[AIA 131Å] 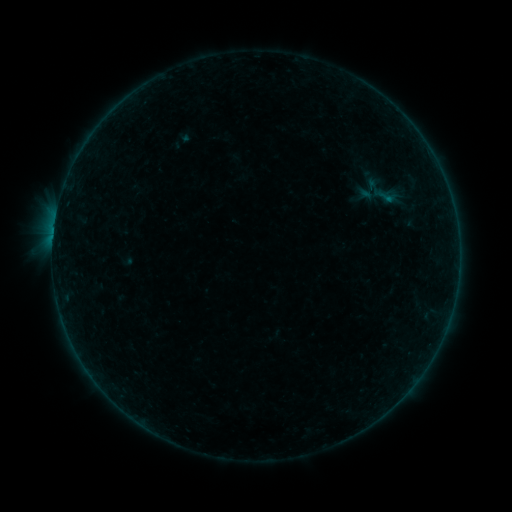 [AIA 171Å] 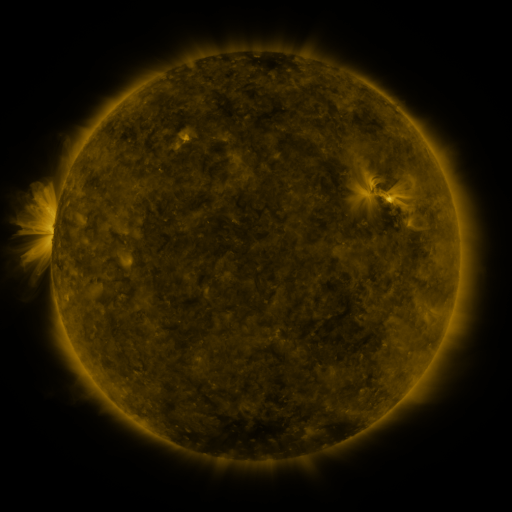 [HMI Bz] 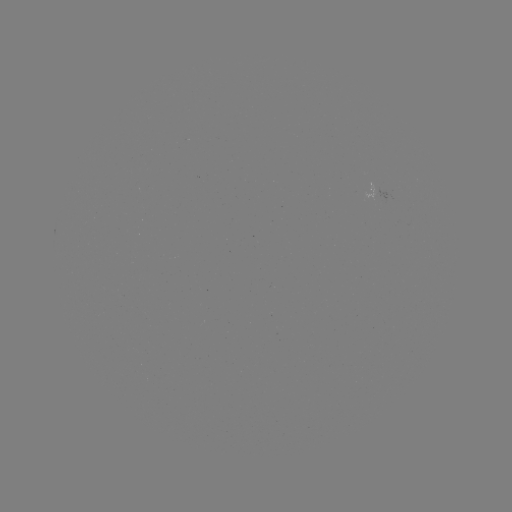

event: sigmoid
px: (386, 196)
